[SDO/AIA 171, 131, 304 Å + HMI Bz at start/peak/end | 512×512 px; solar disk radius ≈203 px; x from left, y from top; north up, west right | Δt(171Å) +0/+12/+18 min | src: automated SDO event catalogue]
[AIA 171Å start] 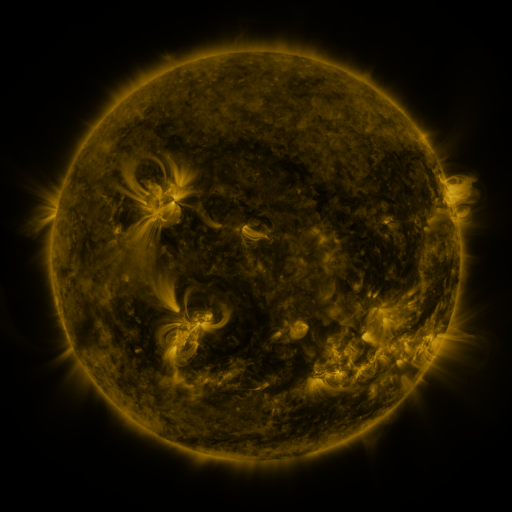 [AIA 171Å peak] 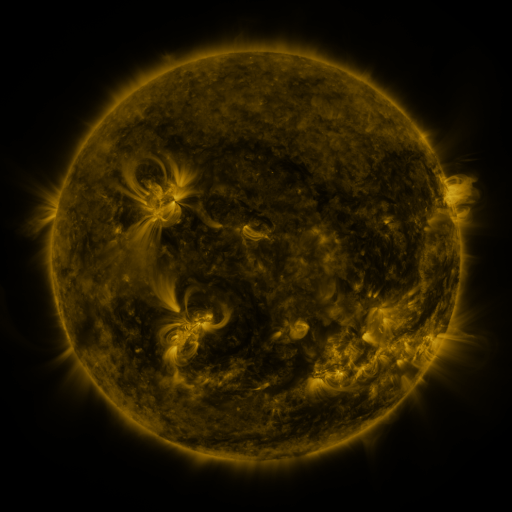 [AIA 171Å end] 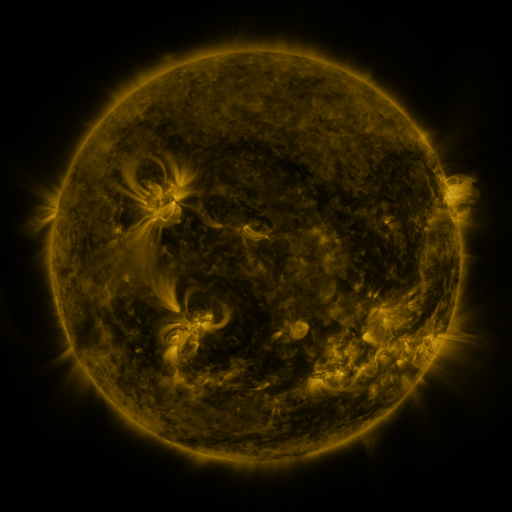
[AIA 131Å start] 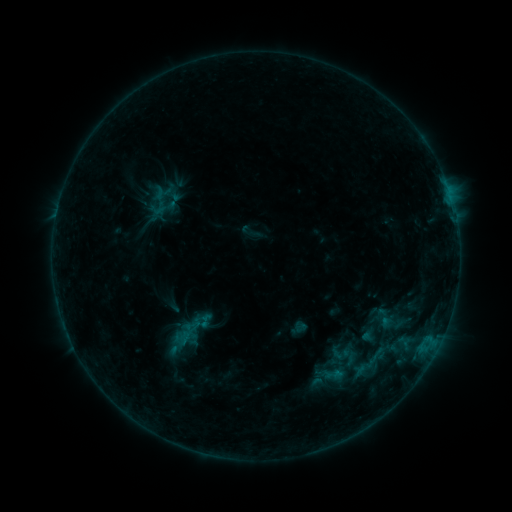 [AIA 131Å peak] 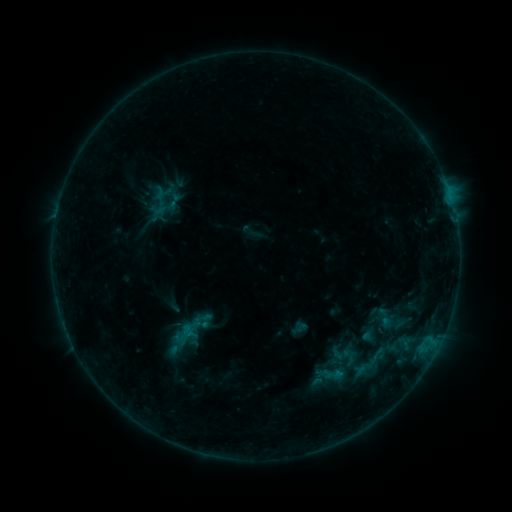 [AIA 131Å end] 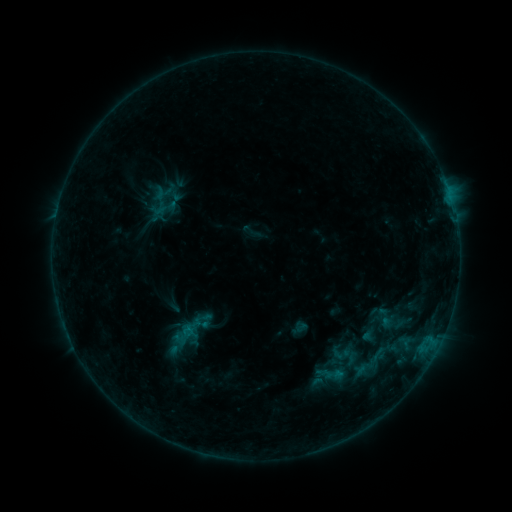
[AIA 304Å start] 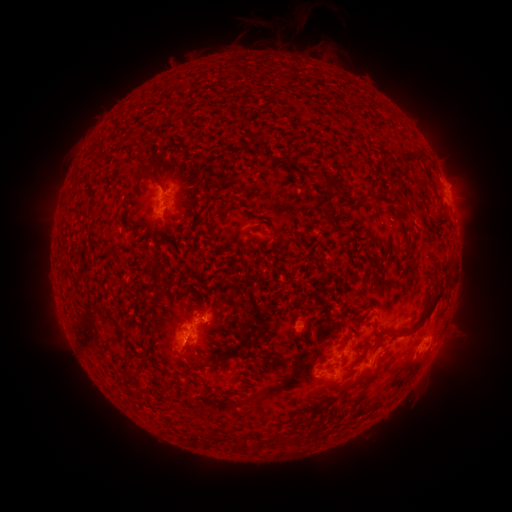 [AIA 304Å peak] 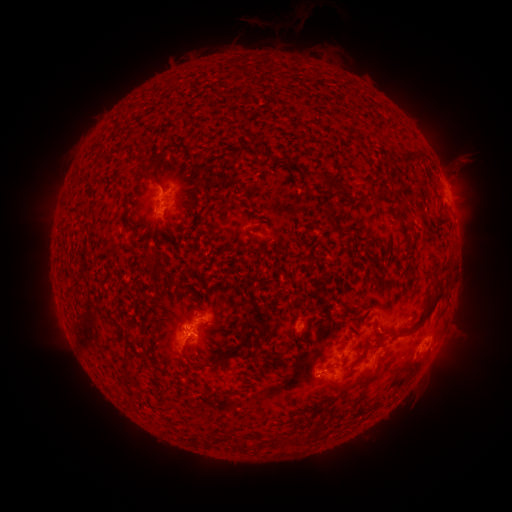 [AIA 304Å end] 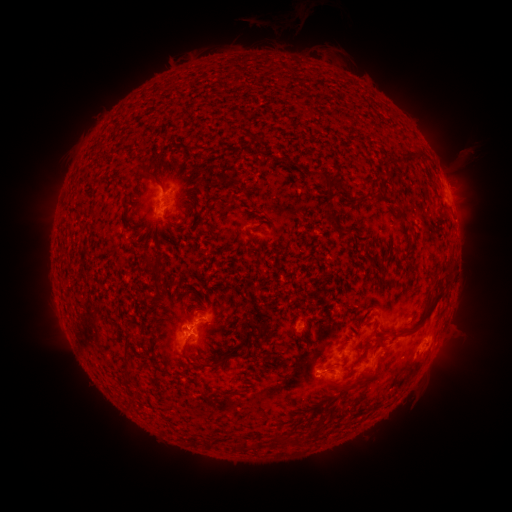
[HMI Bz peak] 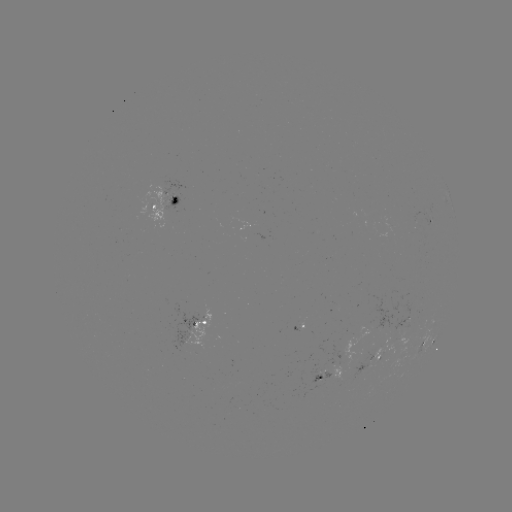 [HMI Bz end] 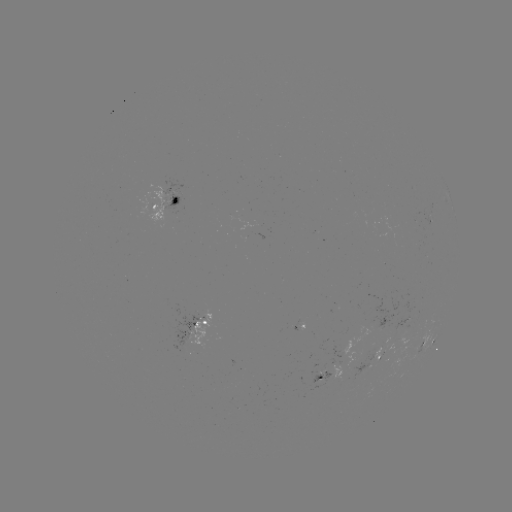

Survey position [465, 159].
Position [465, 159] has eruption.